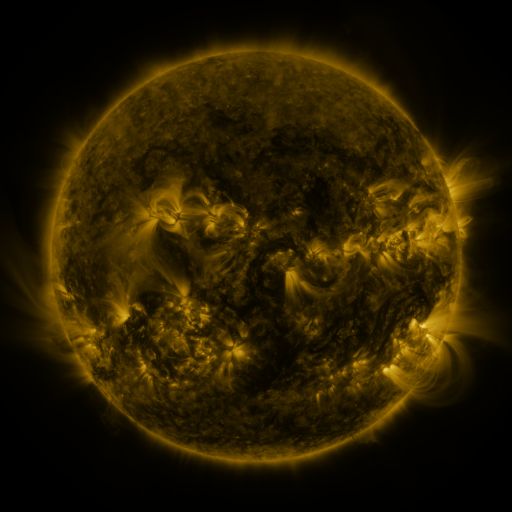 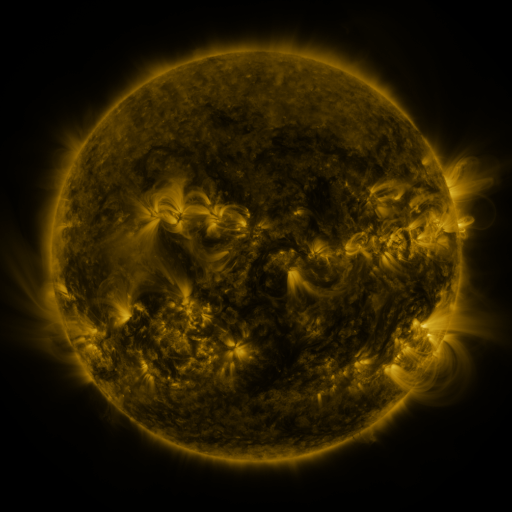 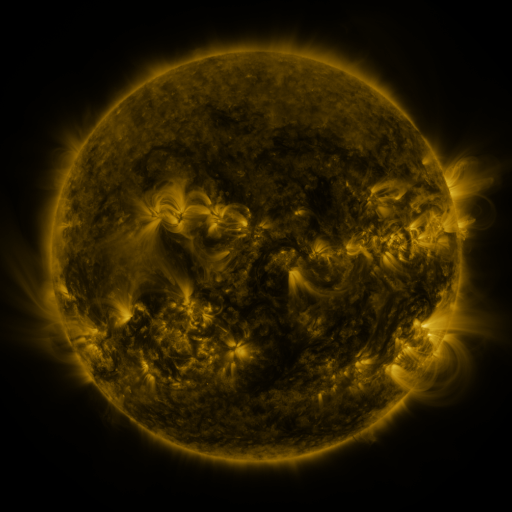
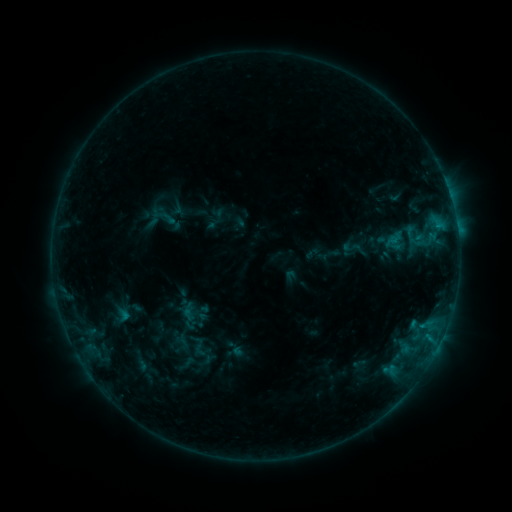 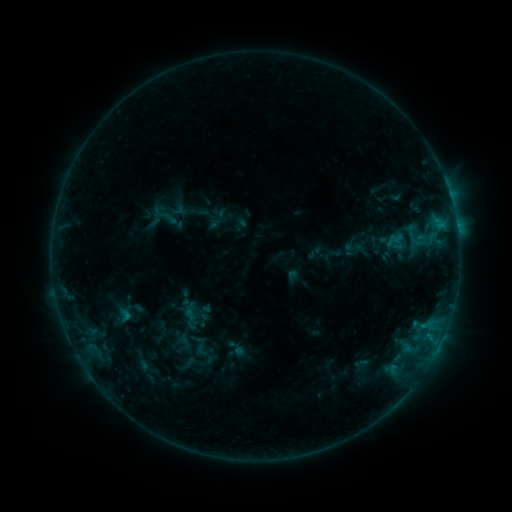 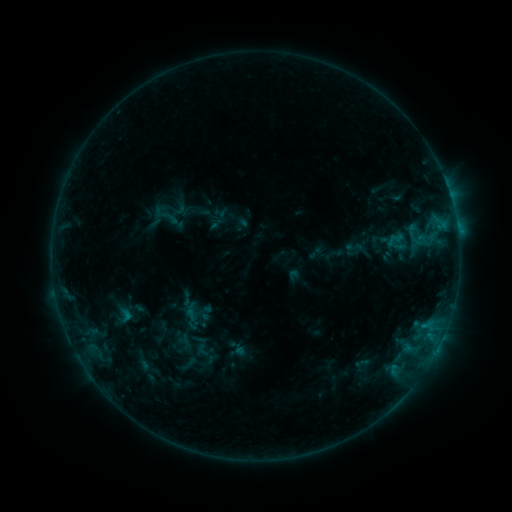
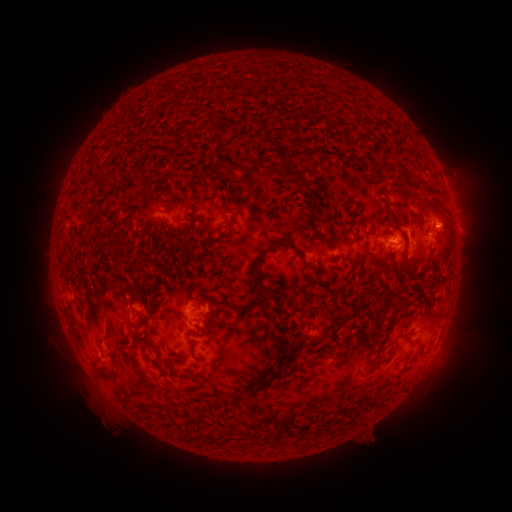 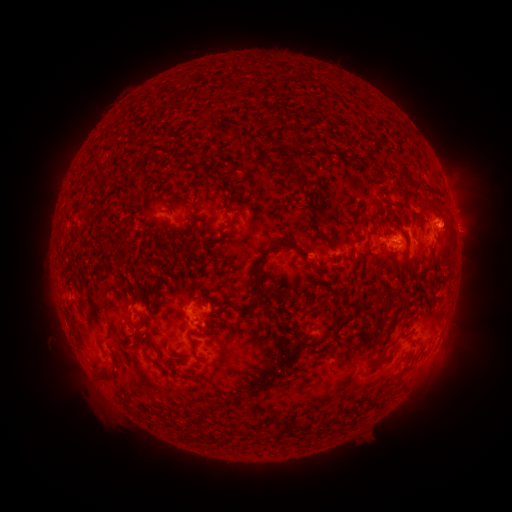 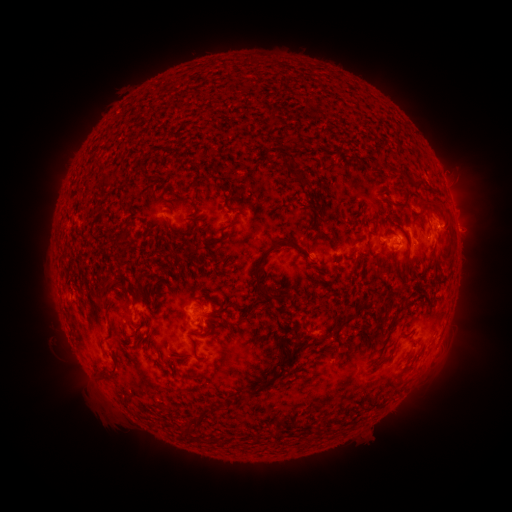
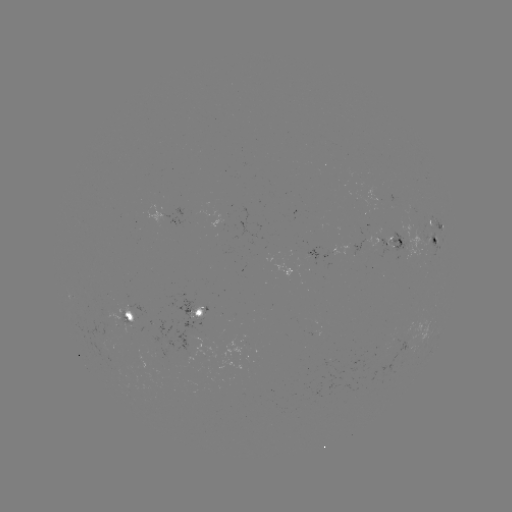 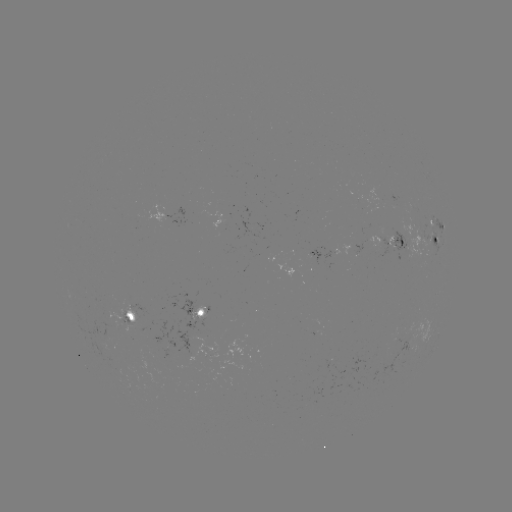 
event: emerging-flux region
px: (109, 322)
